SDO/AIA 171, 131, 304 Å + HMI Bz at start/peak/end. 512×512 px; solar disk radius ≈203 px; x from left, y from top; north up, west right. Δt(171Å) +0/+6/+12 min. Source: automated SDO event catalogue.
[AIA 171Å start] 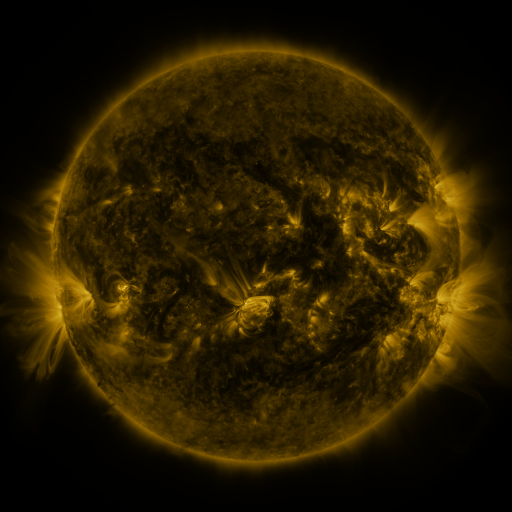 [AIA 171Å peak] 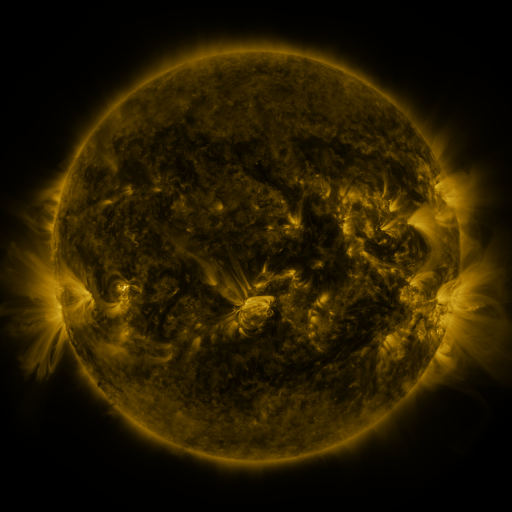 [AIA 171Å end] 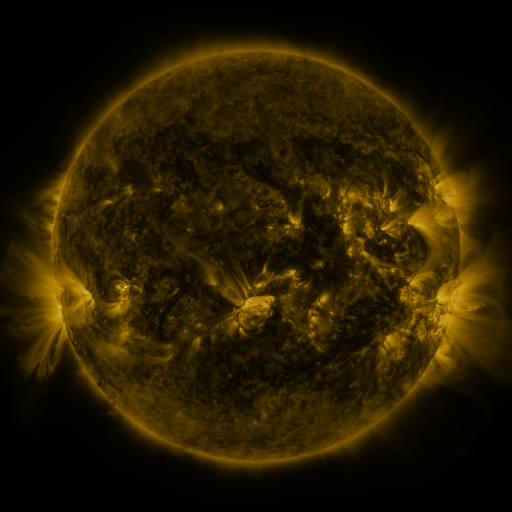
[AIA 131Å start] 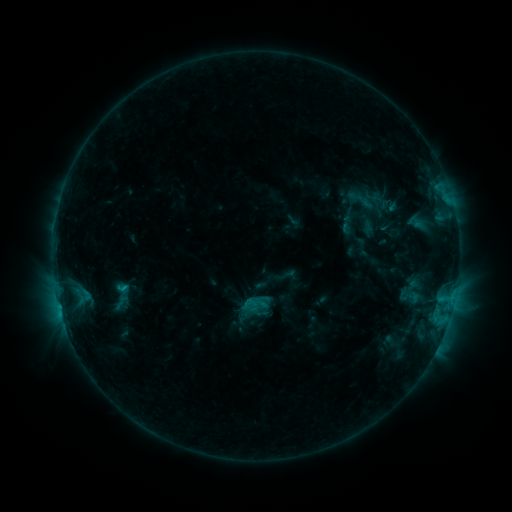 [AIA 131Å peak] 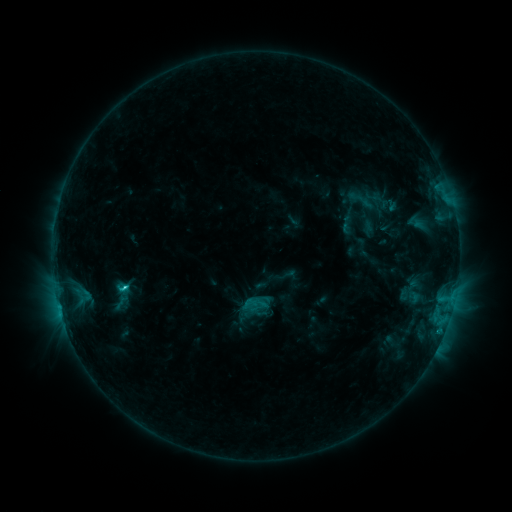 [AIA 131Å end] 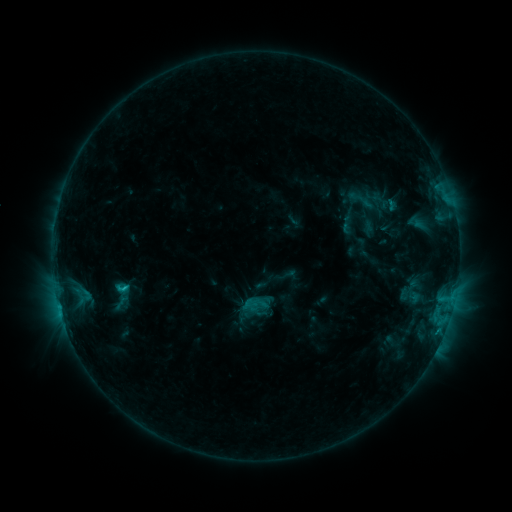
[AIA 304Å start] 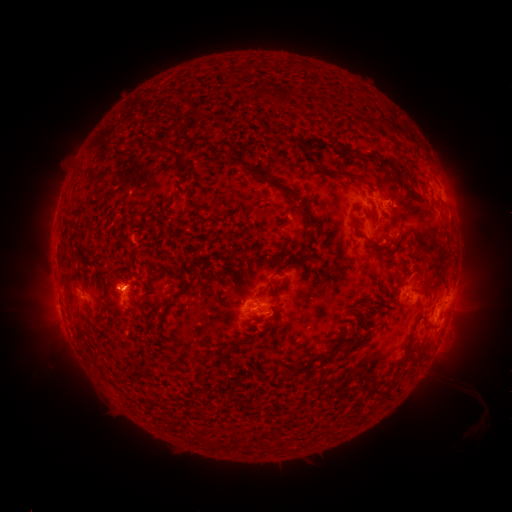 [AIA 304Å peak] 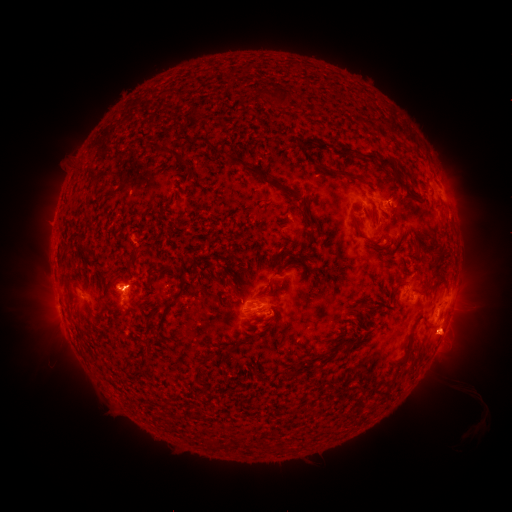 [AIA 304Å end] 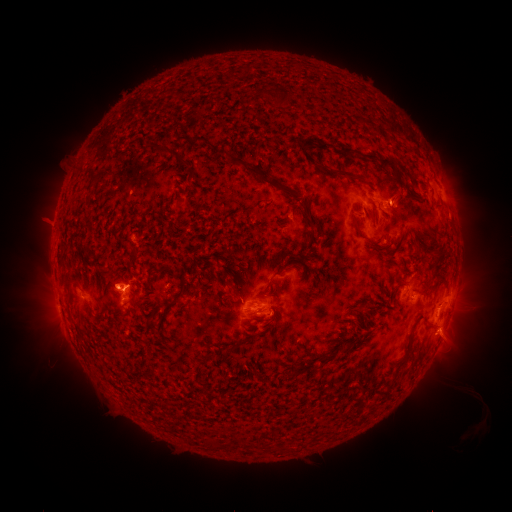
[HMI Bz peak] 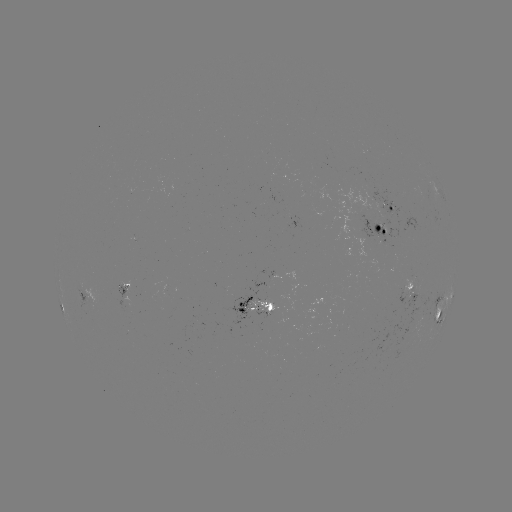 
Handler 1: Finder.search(C1.8 flare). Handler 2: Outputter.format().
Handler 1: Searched C1.8 flare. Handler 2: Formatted (126, 287).